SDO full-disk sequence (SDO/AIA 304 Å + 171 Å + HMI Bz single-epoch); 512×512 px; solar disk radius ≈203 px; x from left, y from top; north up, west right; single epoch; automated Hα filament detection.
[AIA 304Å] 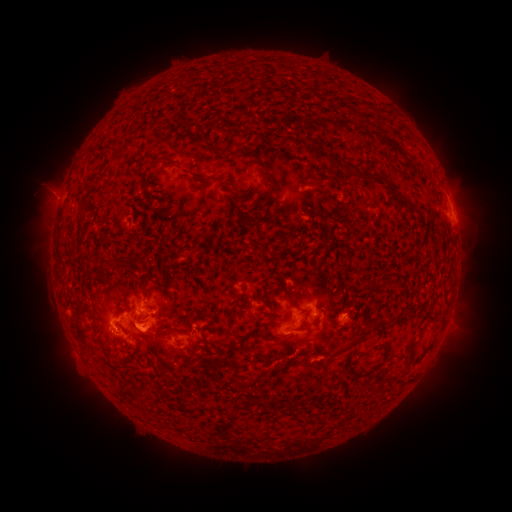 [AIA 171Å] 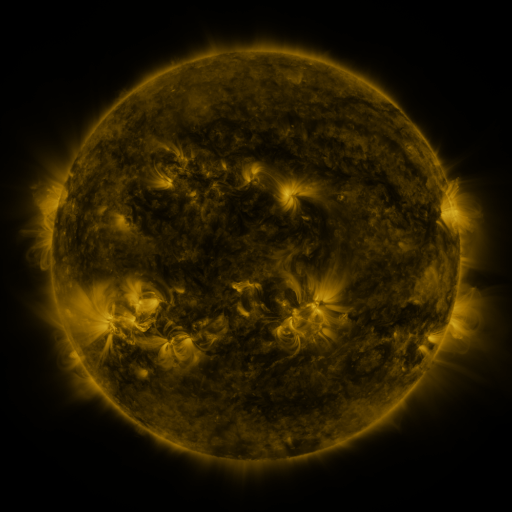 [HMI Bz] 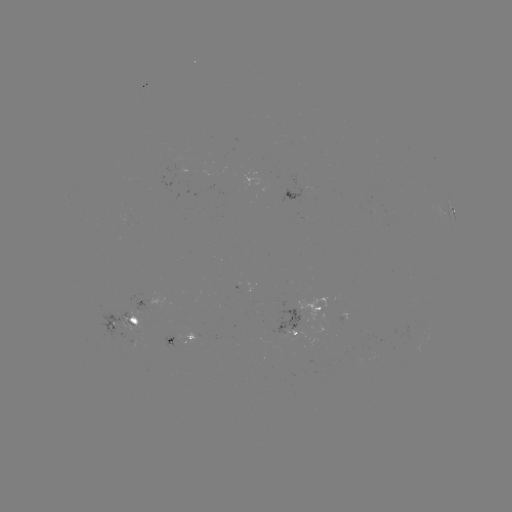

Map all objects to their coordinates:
filament: (398, 126, 409, 134)
filament: (205, 140, 213, 149)
filament: (312, 146, 345, 173)
filament: (149, 155, 166, 164)
filament: (181, 166, 197, 176)
filament: (347, 167, 359, 178)
filament: (360, 173, 382, 183)
filament: (220, 179, 233, 187)
filament: (240, 197, 274, 228)
filament: (394, 198, 412, 209)
filament: (275, 287, 298, 309)
filament: (188, 314, 195, 324)
filament: (327, 328, 368, 360)
filament: (235, 329, 290, 345)
filament: (408, 341, 418, 350)
filament: (378, 346, 388, 362)
